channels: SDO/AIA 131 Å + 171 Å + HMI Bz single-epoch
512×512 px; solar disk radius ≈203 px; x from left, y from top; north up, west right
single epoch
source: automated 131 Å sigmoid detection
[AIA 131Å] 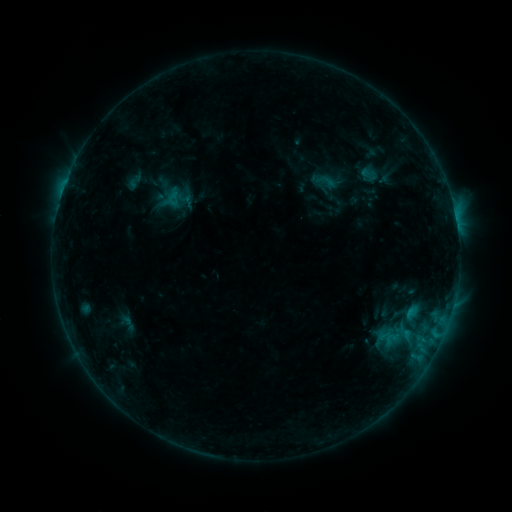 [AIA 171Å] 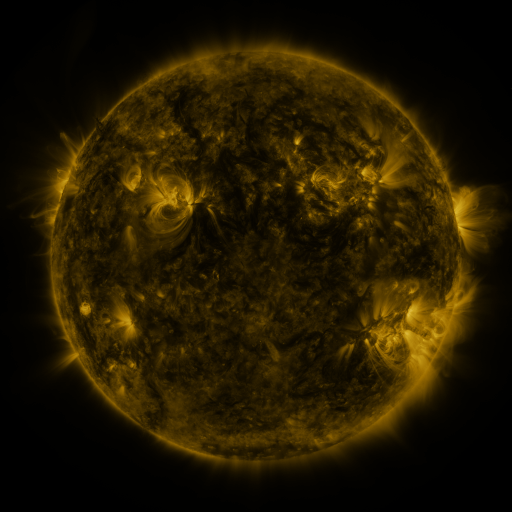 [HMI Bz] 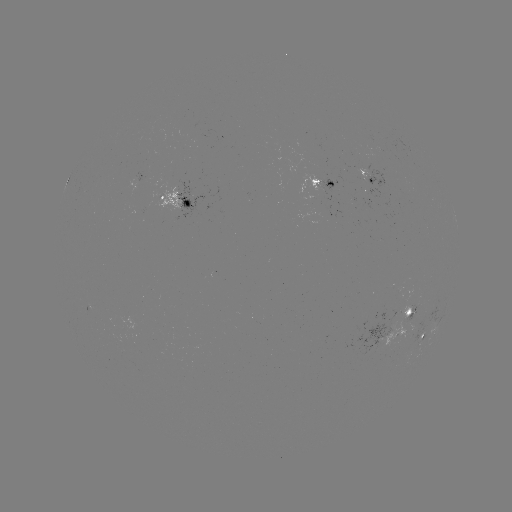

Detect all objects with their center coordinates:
sigmoid: [126, 173, 142, 189]
